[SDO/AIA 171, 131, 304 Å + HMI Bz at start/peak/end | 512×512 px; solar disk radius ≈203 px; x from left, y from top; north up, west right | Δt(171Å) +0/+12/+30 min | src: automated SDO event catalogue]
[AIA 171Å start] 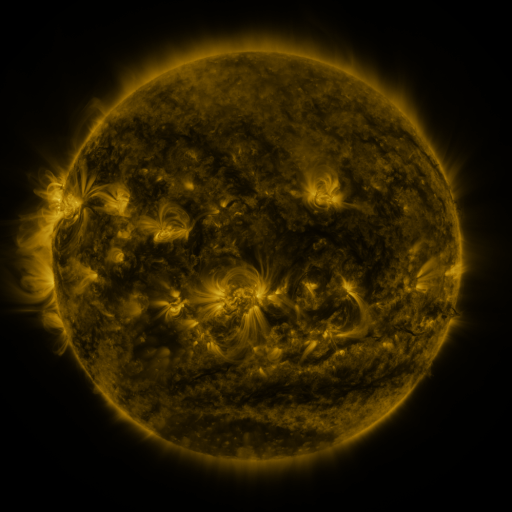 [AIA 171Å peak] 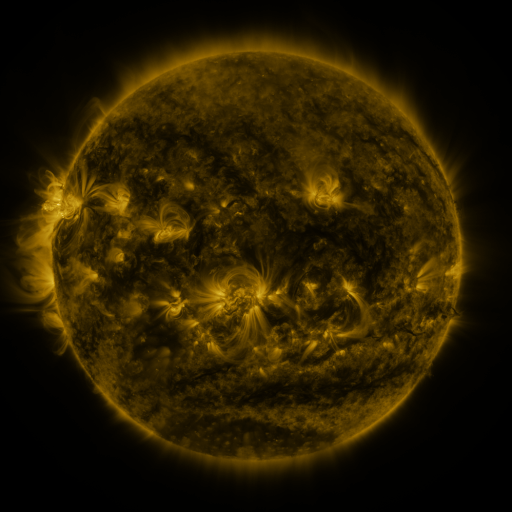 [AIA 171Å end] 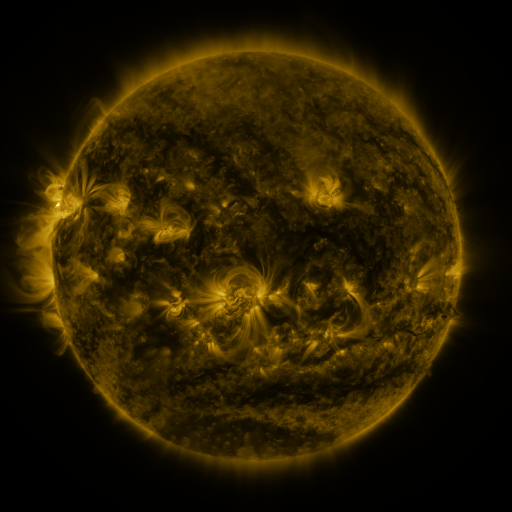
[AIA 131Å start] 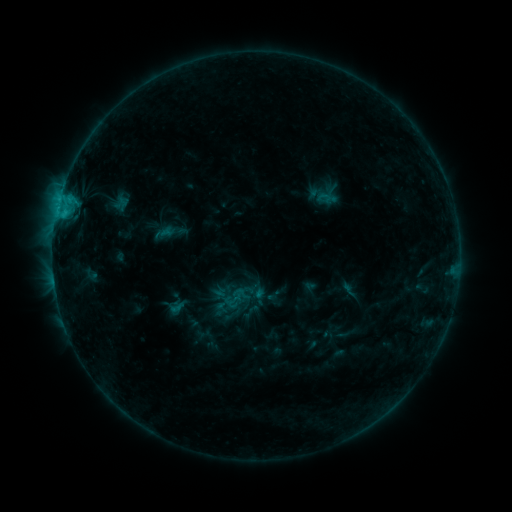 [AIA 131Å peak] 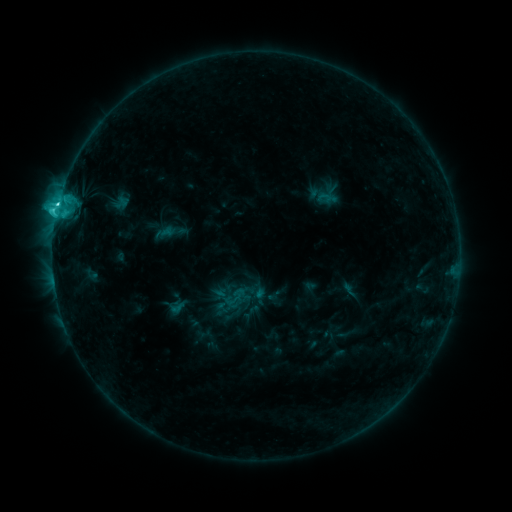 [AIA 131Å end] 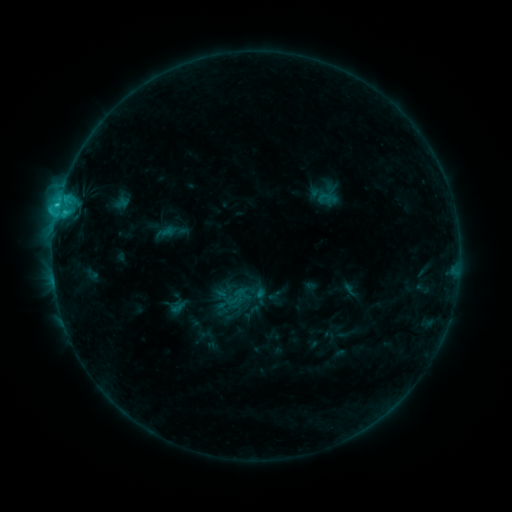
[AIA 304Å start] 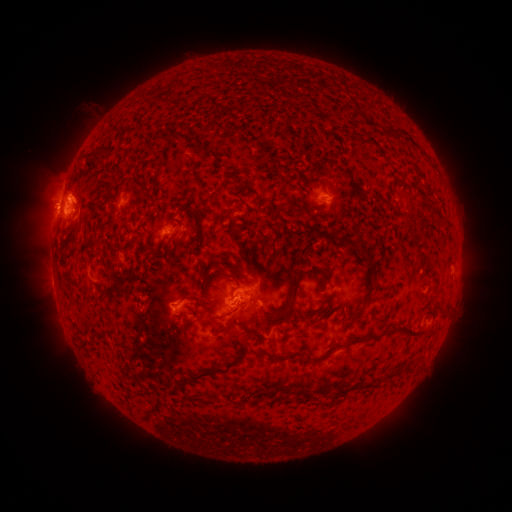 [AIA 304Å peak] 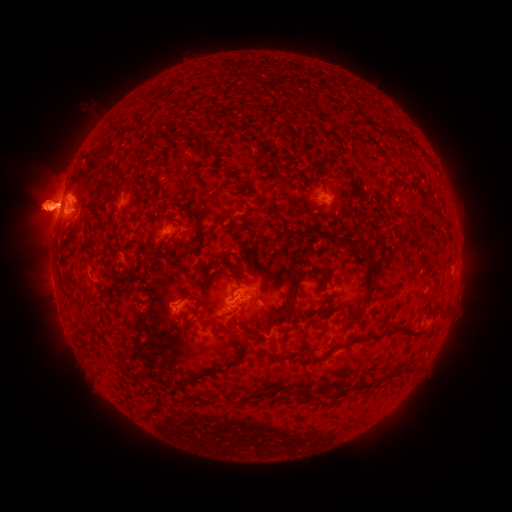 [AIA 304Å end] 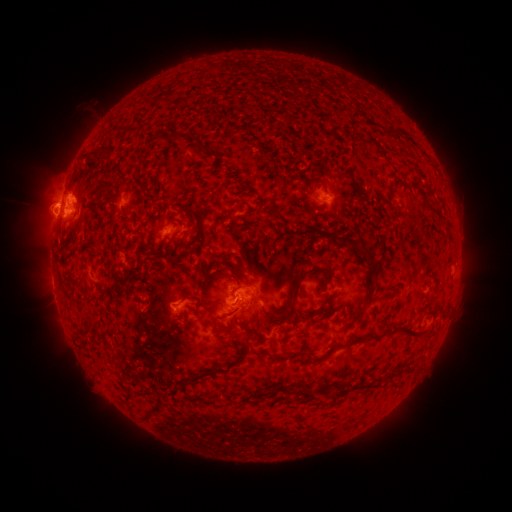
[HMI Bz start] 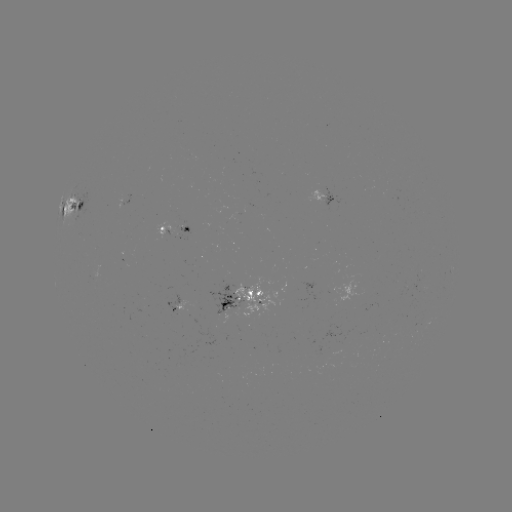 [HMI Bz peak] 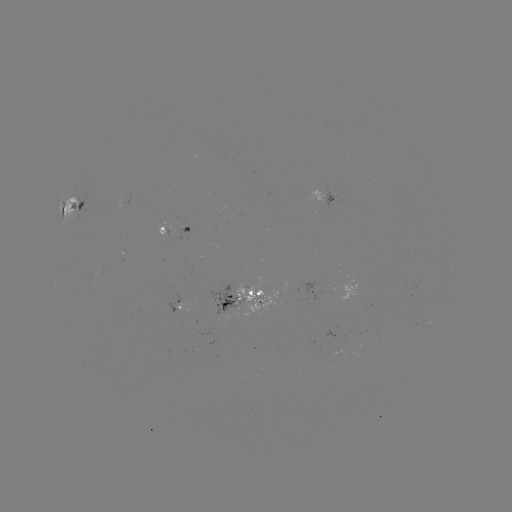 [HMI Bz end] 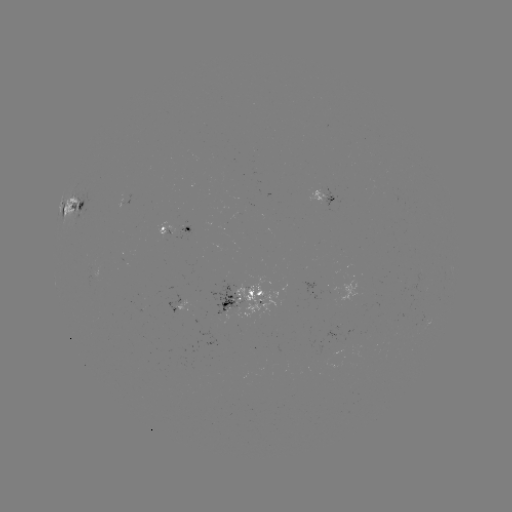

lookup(eruption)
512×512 (46, 207)